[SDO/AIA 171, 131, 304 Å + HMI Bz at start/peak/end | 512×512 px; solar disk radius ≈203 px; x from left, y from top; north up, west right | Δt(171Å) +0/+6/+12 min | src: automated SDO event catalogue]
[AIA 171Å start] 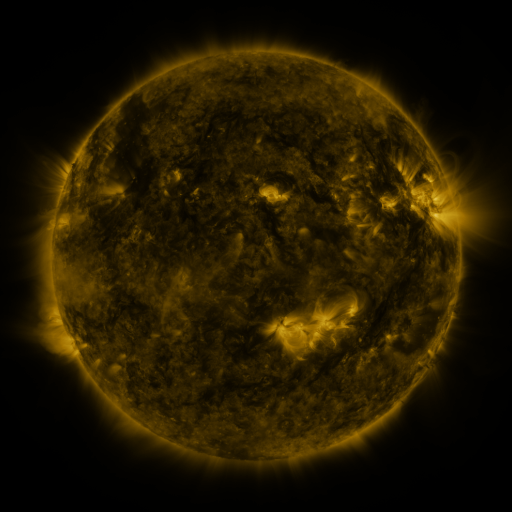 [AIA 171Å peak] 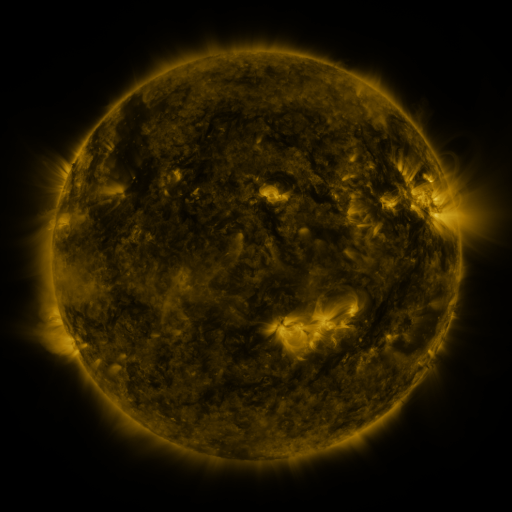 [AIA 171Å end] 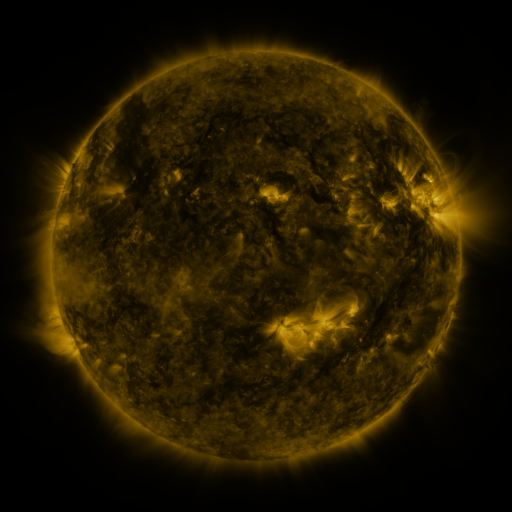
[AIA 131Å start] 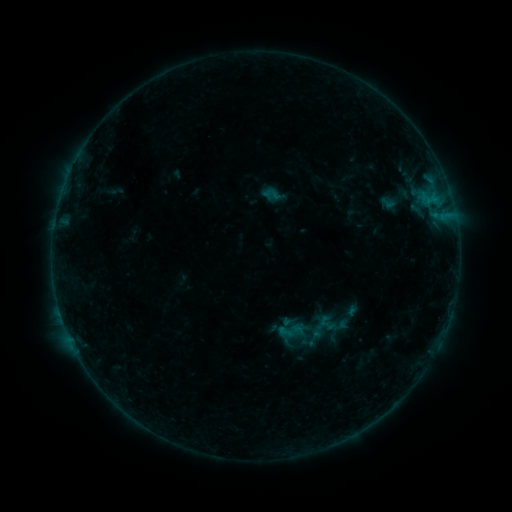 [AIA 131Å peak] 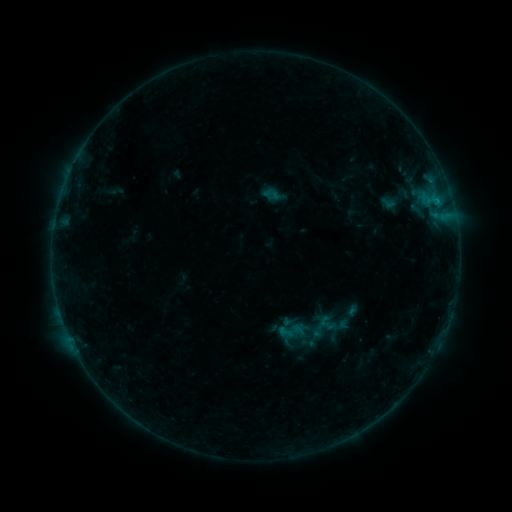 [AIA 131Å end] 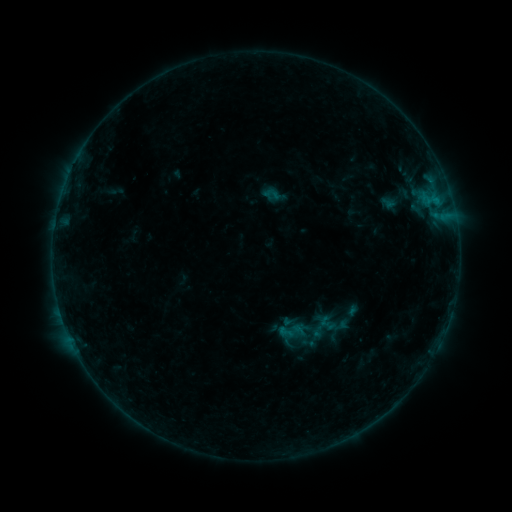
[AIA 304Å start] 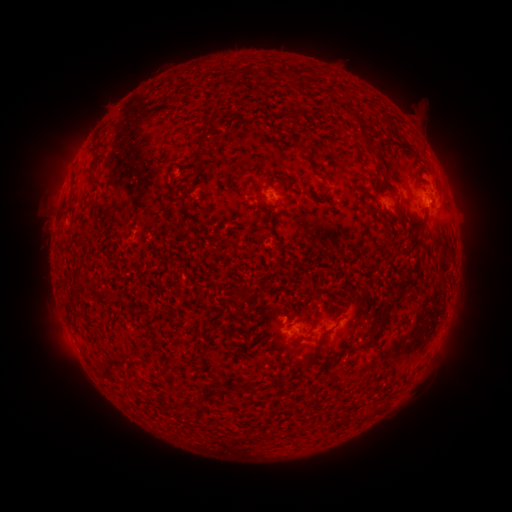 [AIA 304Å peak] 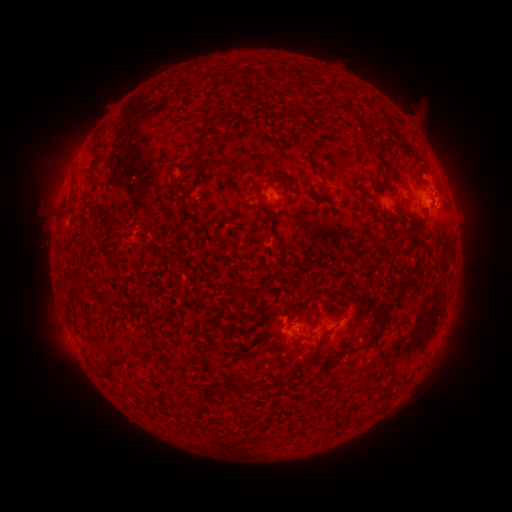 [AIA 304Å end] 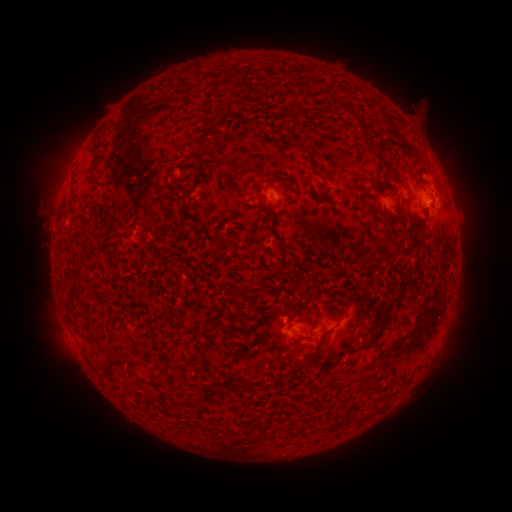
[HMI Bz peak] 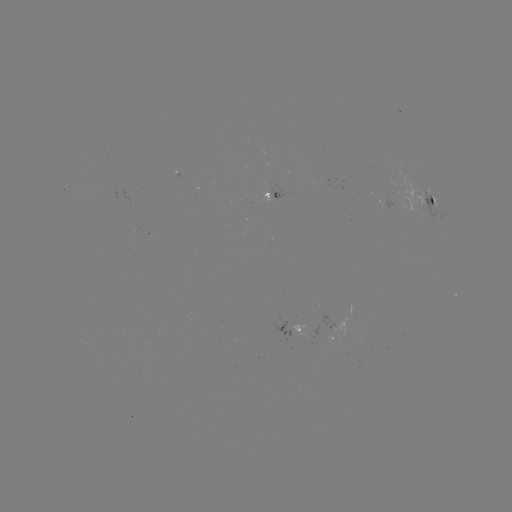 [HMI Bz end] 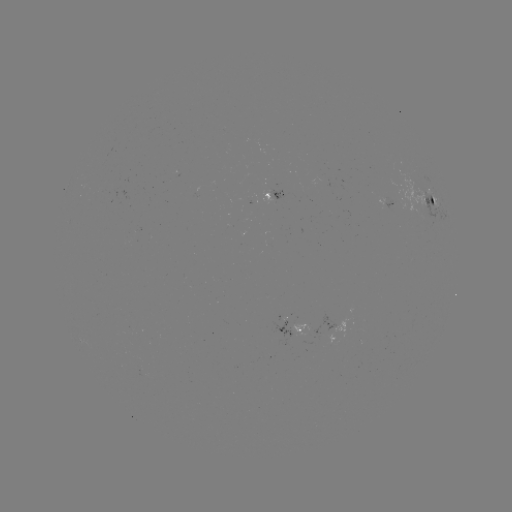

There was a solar flare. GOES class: B3.0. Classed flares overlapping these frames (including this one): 1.